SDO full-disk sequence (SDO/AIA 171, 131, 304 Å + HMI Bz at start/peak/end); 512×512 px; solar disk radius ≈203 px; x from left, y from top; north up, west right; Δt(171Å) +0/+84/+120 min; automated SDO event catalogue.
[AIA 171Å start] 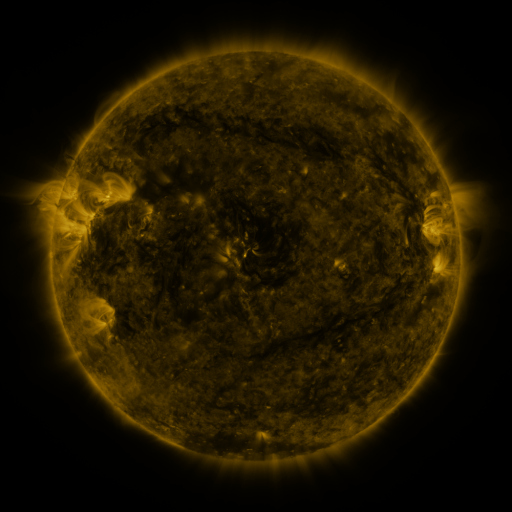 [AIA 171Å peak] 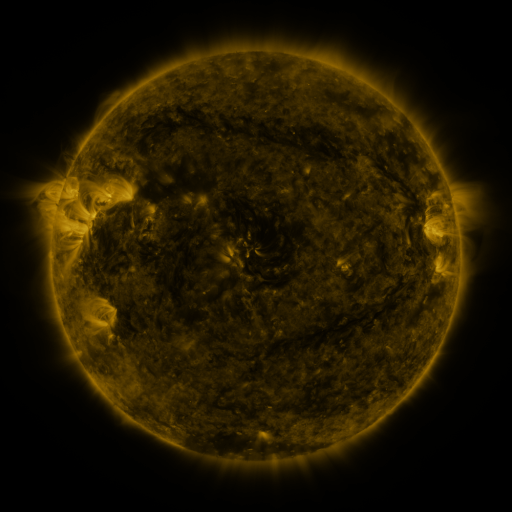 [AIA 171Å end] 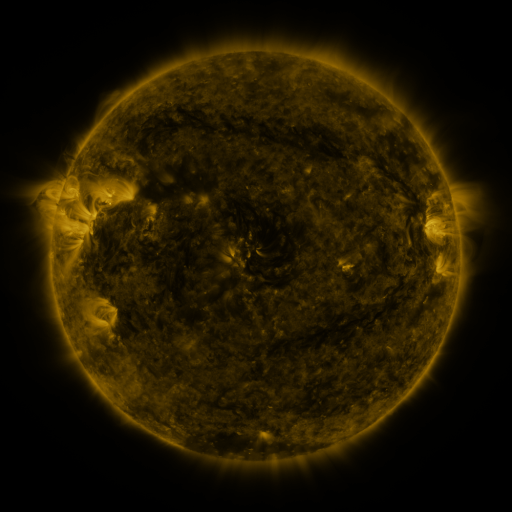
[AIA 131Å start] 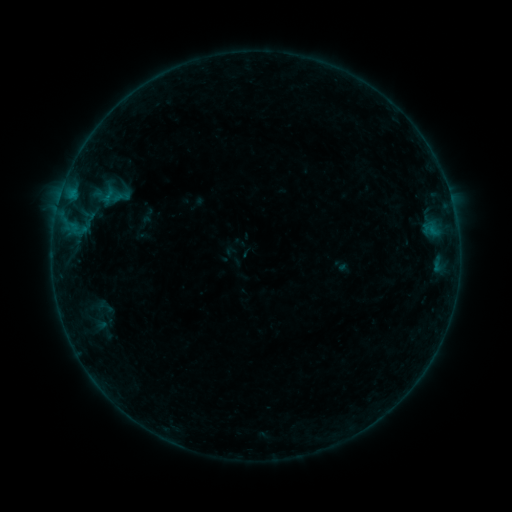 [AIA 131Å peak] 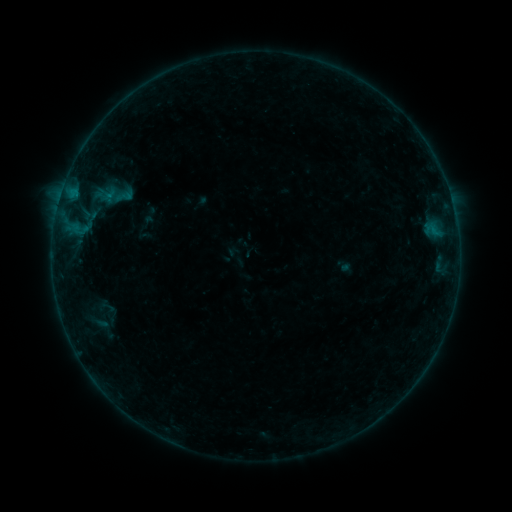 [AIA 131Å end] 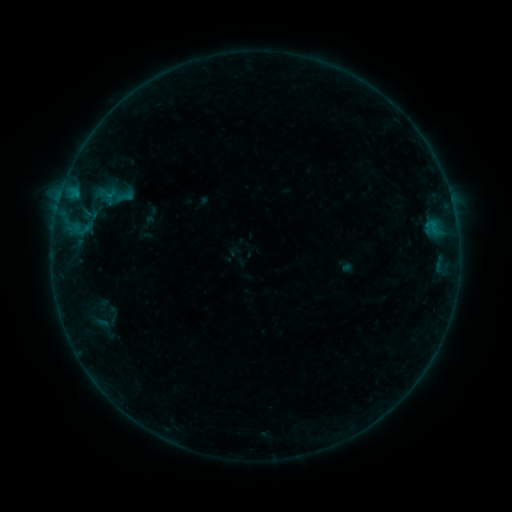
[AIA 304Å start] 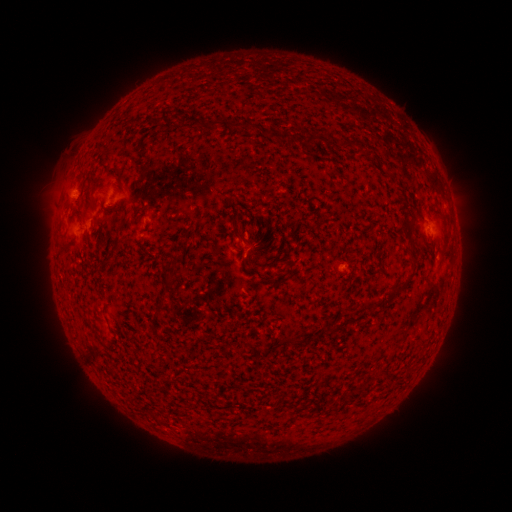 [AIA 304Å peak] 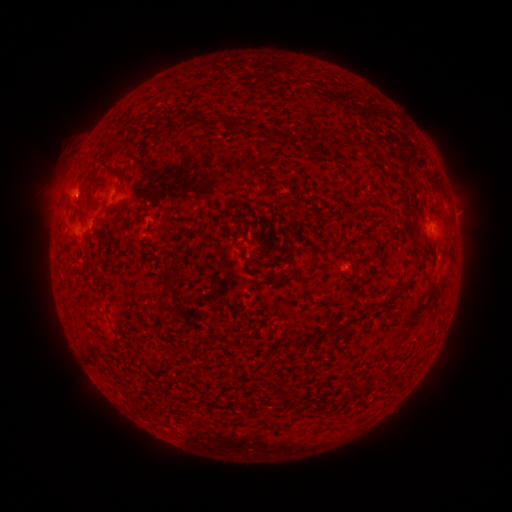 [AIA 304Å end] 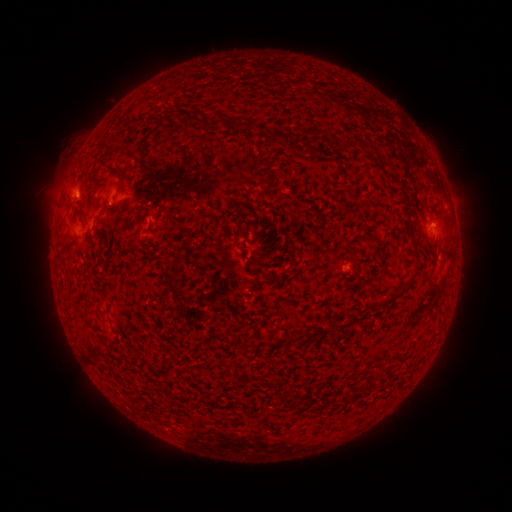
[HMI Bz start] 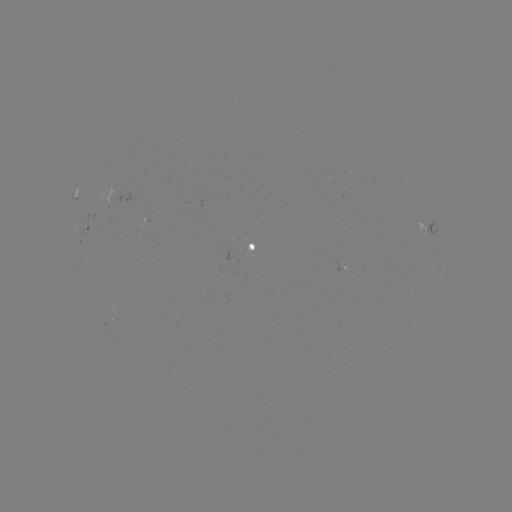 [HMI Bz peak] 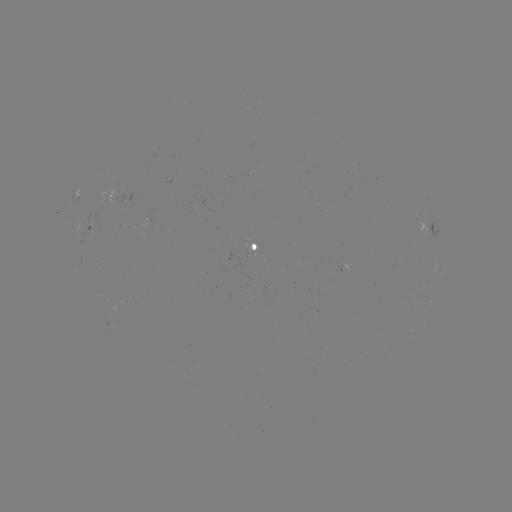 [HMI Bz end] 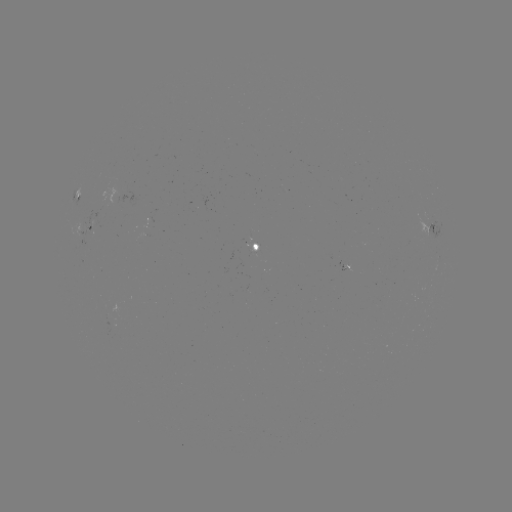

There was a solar emerging-flux region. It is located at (249, 244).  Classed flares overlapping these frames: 1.